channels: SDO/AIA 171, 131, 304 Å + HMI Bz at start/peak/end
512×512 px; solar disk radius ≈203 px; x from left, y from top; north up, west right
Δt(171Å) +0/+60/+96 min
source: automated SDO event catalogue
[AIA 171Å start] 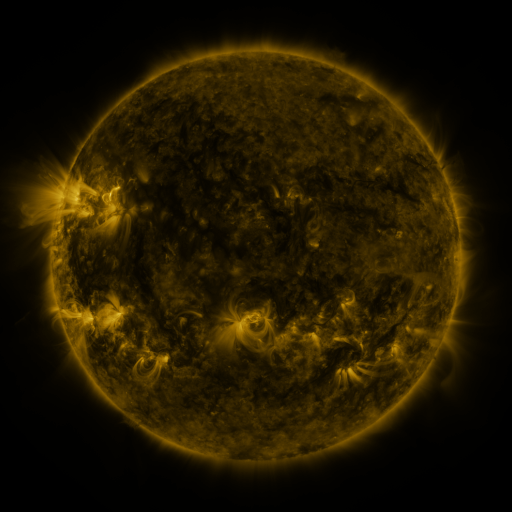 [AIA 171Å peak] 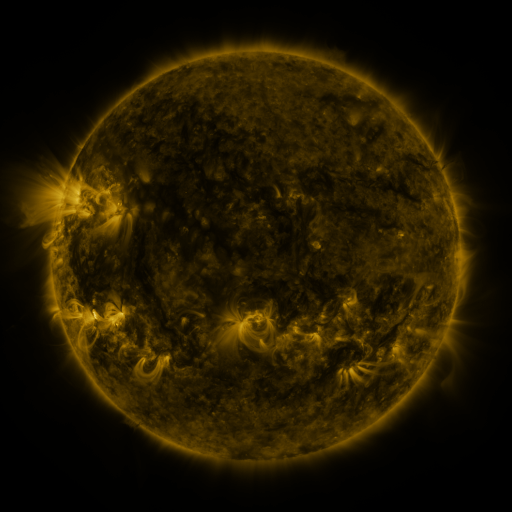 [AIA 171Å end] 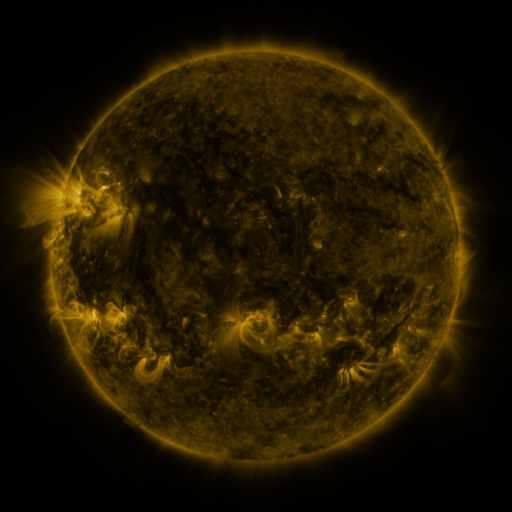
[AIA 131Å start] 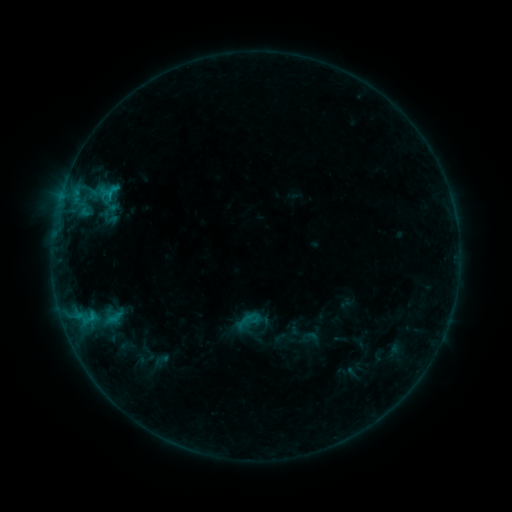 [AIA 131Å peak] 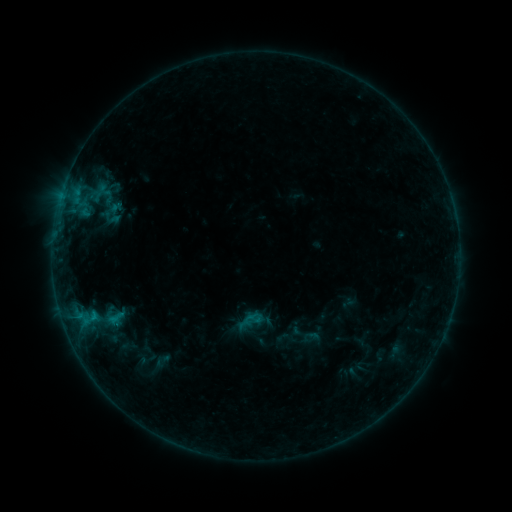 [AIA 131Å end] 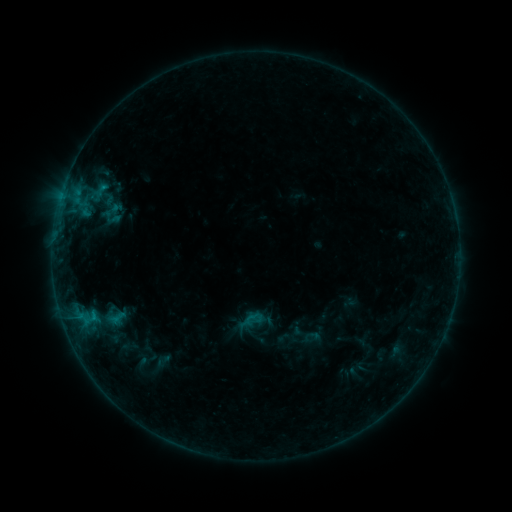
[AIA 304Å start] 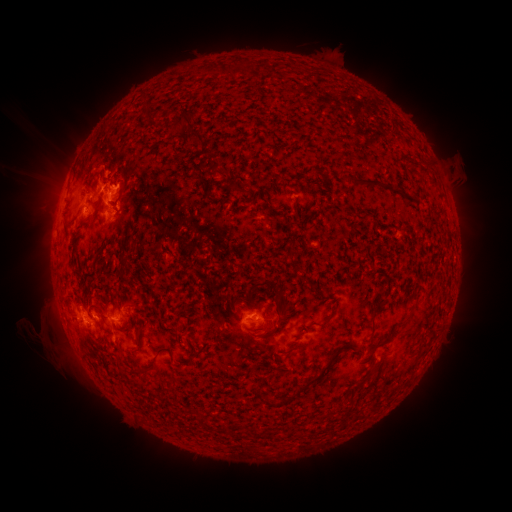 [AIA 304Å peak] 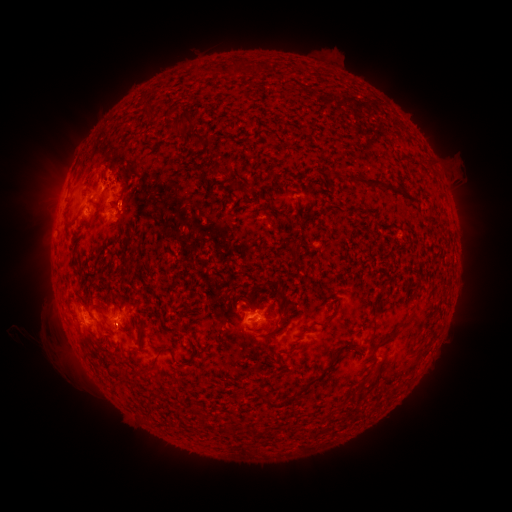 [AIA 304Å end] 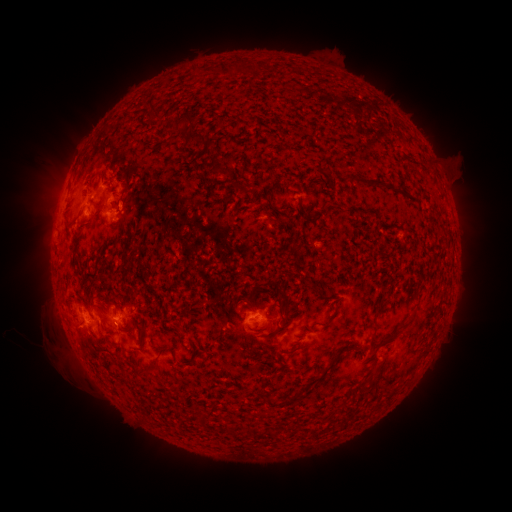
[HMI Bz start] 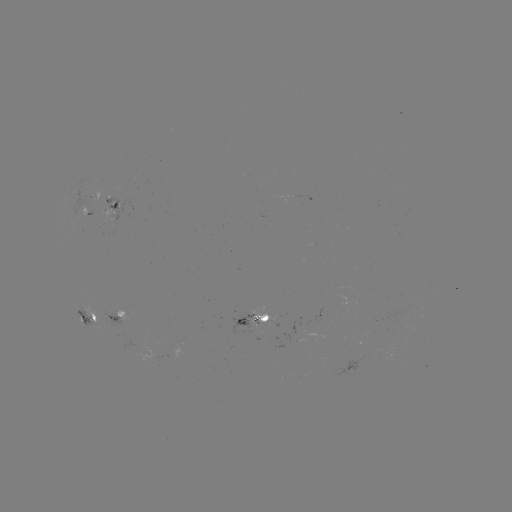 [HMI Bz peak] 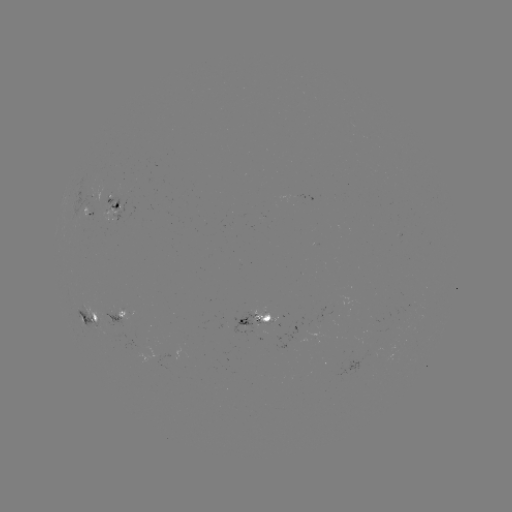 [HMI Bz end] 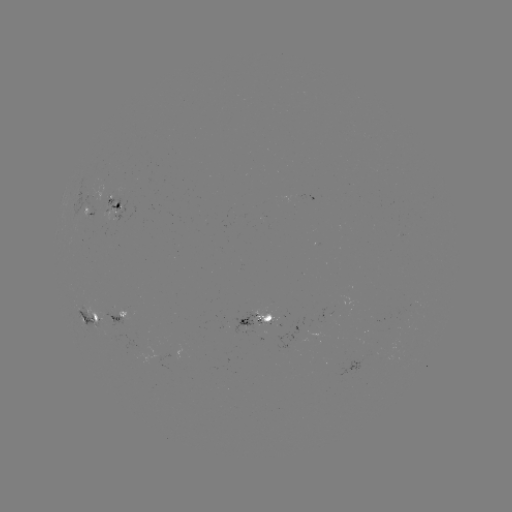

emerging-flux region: [88, 315, 103, 325]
